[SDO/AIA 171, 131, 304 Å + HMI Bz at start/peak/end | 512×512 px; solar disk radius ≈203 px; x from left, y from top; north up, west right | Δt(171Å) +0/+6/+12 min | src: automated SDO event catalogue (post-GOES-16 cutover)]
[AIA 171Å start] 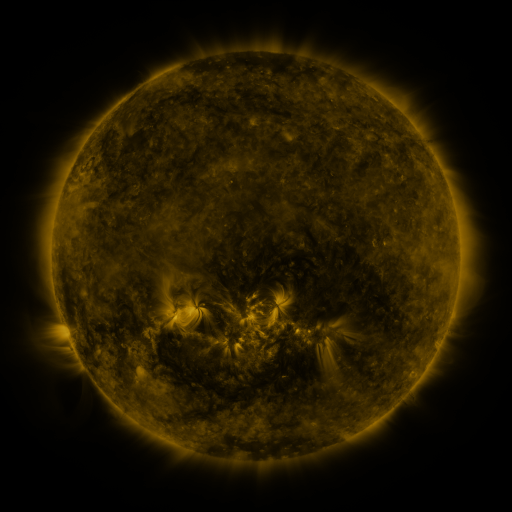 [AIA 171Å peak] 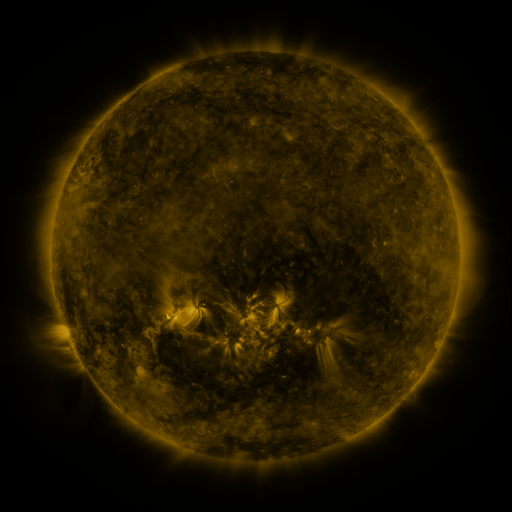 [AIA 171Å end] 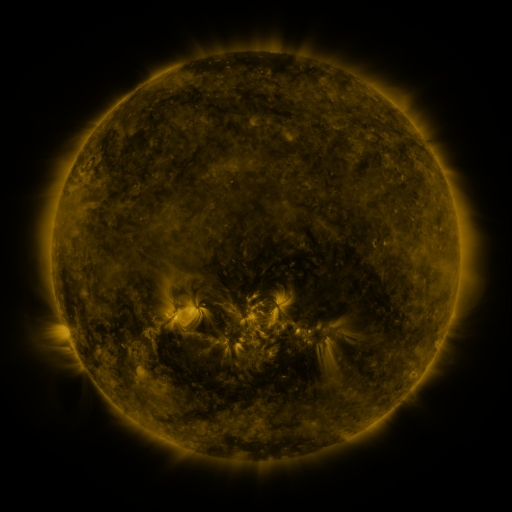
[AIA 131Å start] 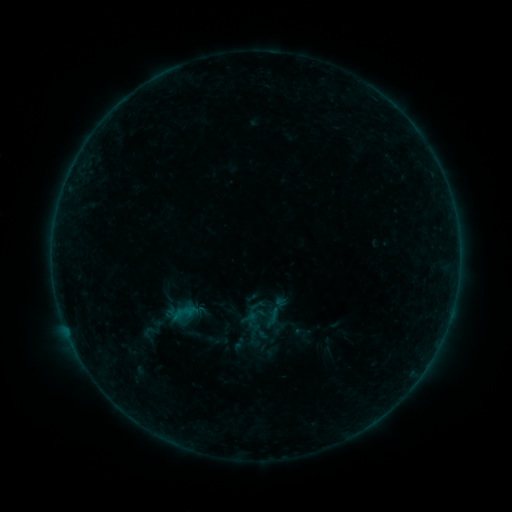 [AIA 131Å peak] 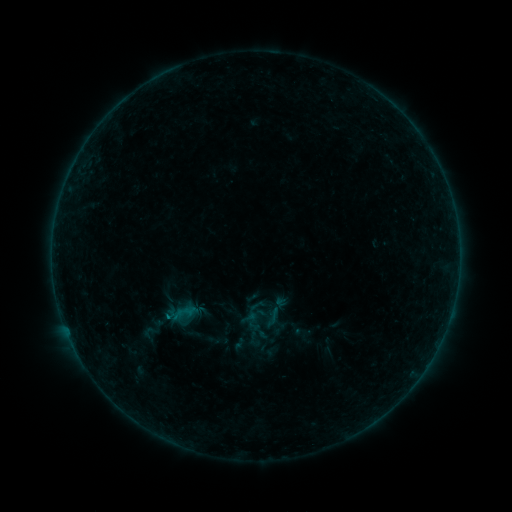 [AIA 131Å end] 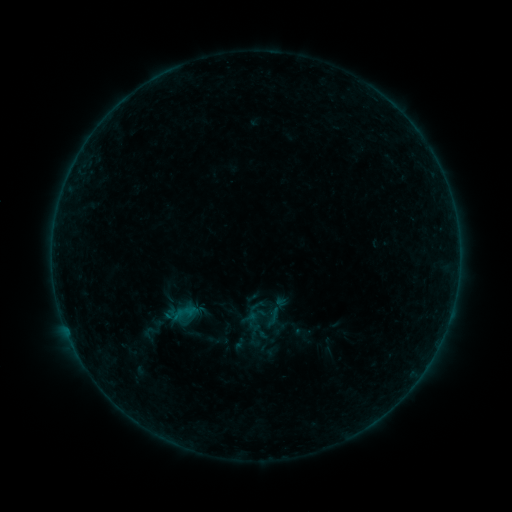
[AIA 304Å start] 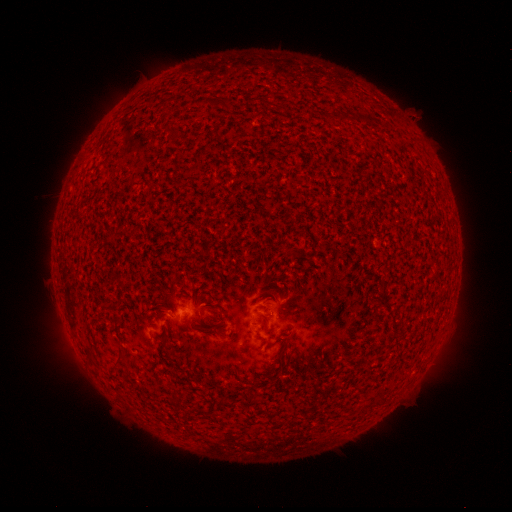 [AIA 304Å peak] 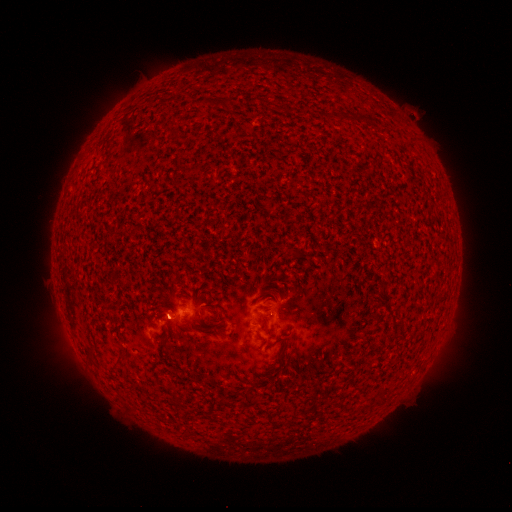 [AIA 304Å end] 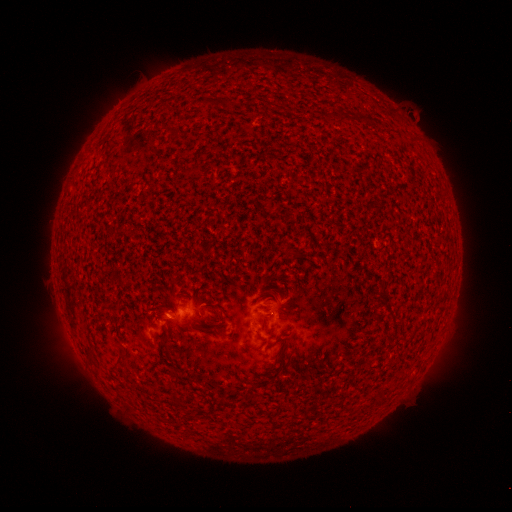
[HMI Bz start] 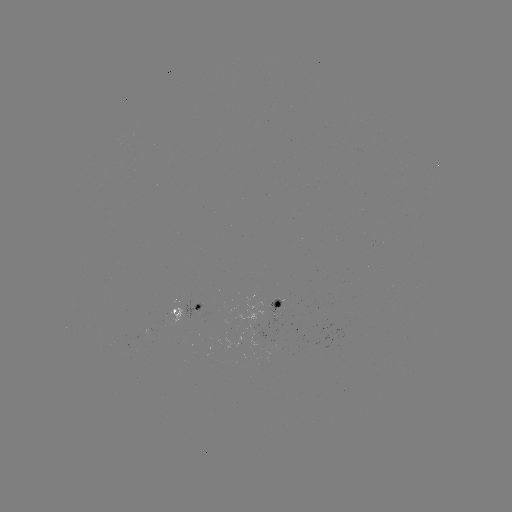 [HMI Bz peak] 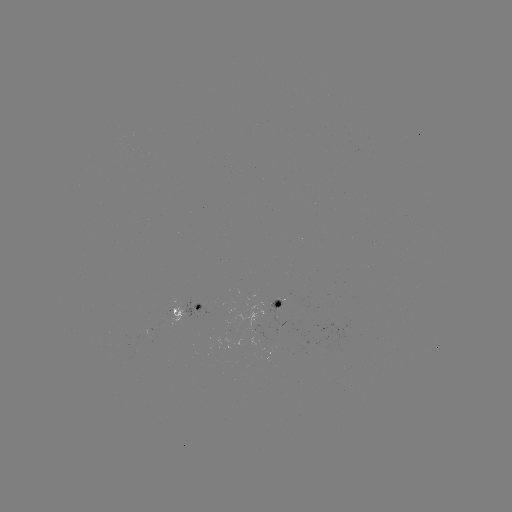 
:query B1.3 flare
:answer [168, 314]